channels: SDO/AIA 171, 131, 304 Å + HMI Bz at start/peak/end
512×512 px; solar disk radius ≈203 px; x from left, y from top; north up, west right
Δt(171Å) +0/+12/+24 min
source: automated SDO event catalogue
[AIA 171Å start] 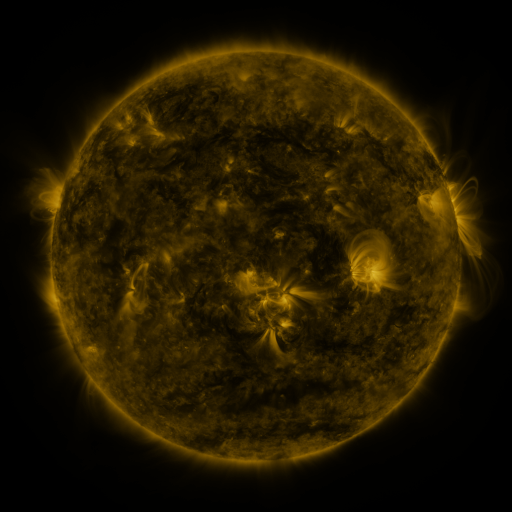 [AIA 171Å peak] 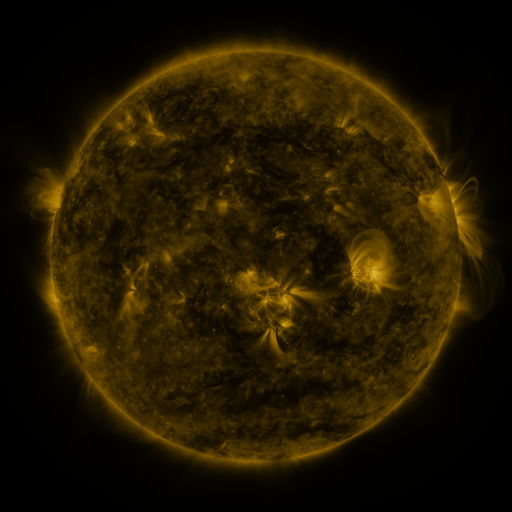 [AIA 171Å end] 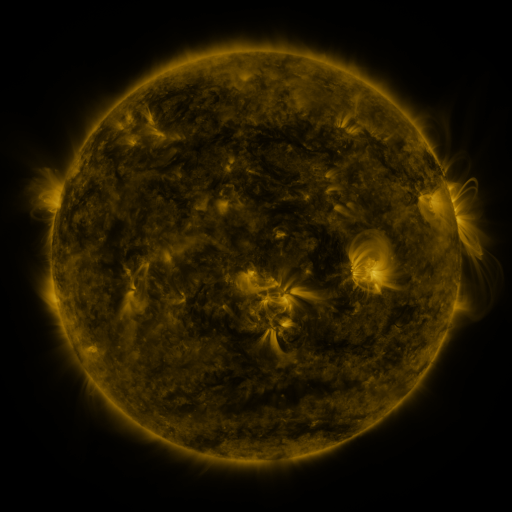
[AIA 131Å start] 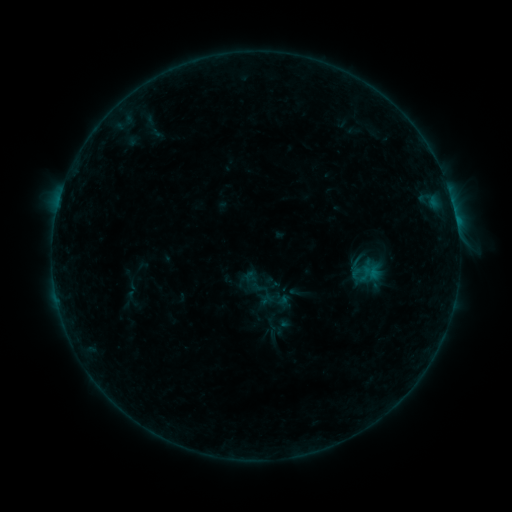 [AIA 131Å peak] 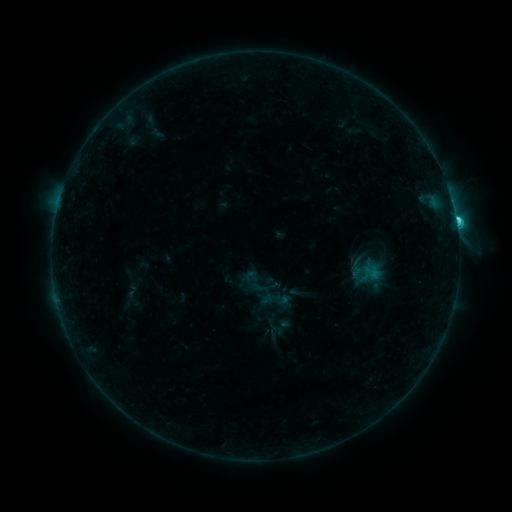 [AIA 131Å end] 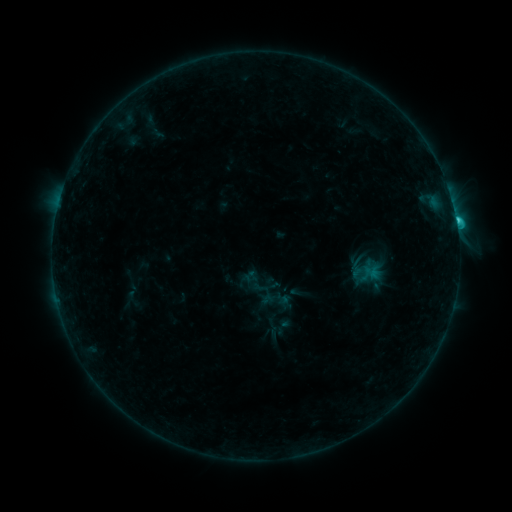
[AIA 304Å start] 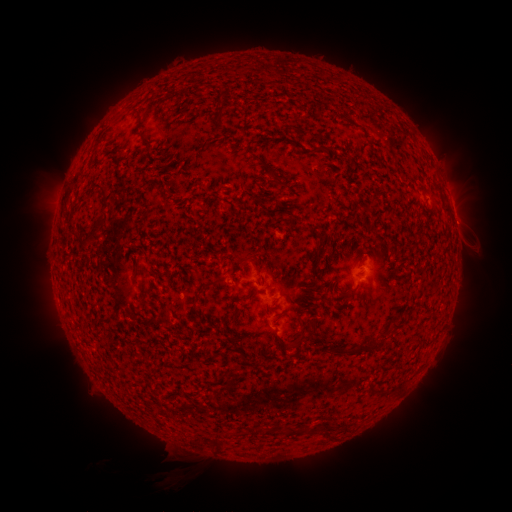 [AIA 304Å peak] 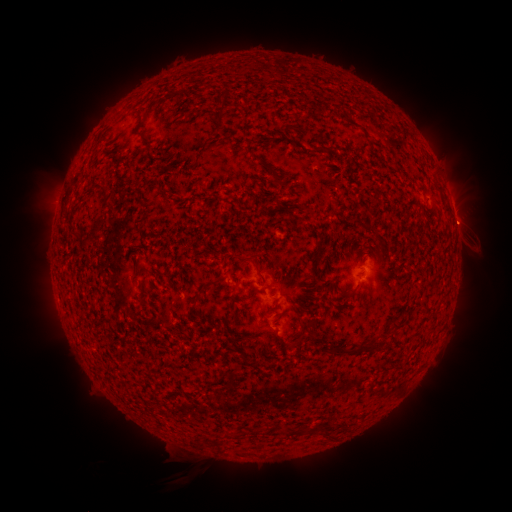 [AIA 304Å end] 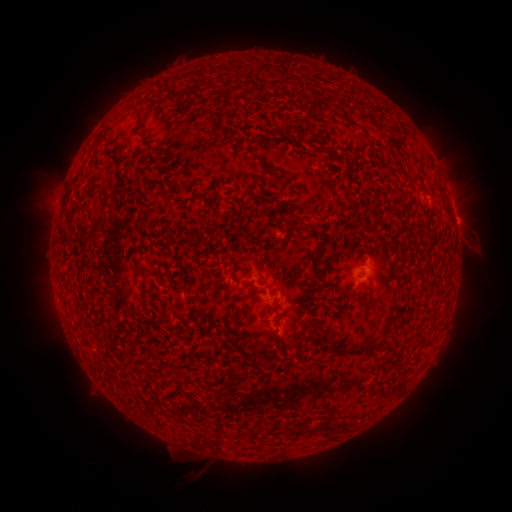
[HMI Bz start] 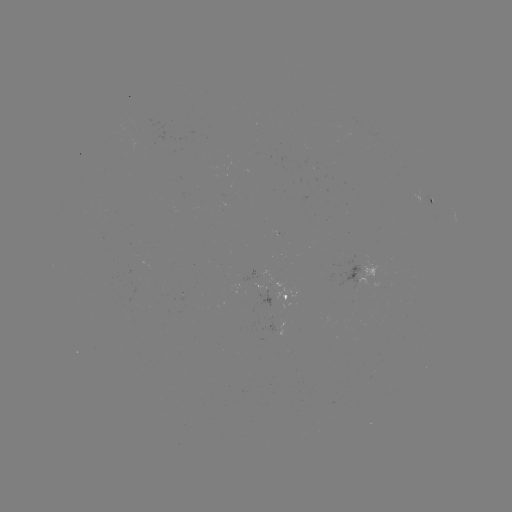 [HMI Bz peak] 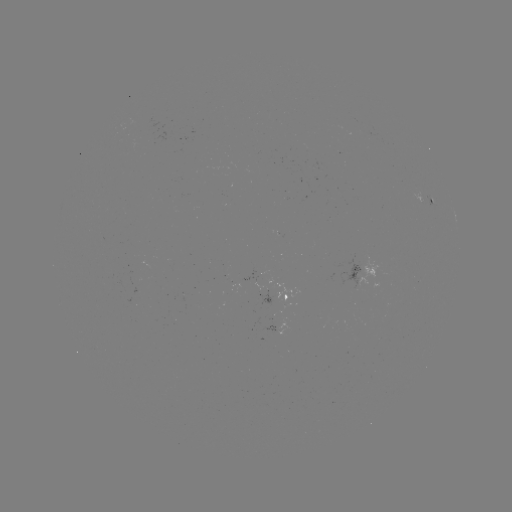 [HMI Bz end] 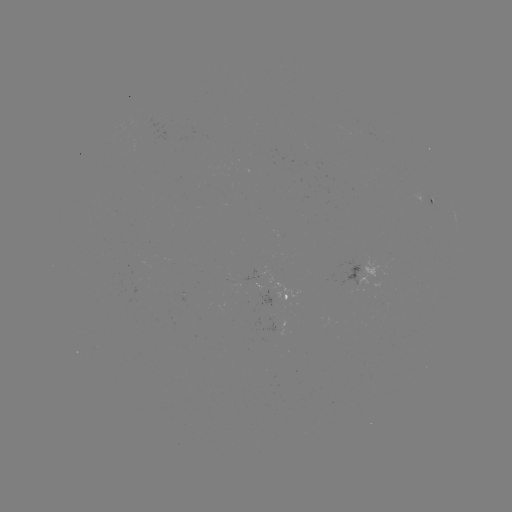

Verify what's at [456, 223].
C2.9 flare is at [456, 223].